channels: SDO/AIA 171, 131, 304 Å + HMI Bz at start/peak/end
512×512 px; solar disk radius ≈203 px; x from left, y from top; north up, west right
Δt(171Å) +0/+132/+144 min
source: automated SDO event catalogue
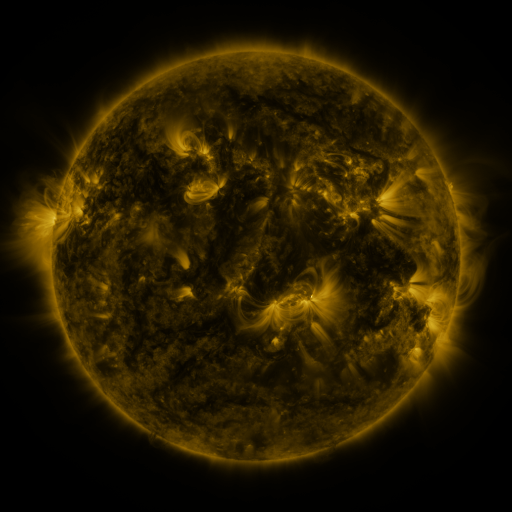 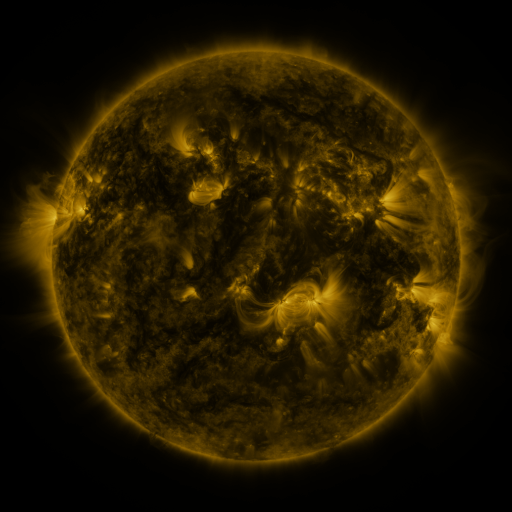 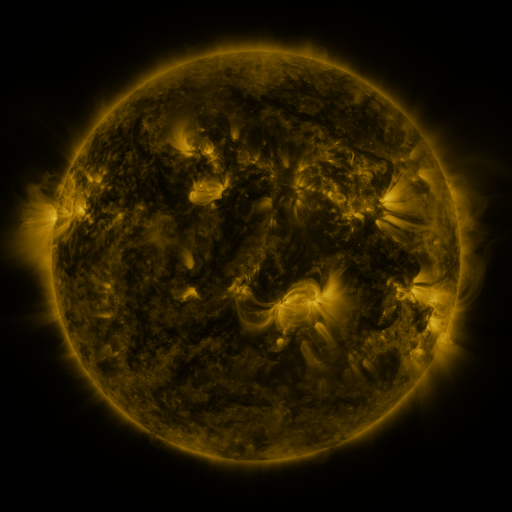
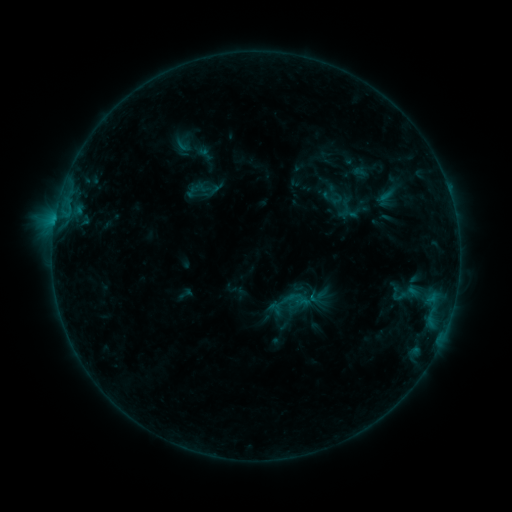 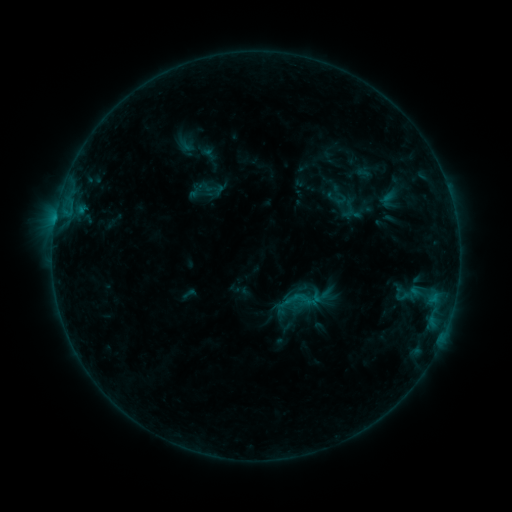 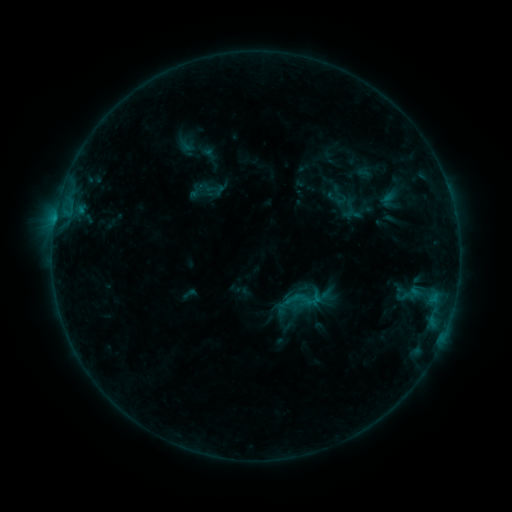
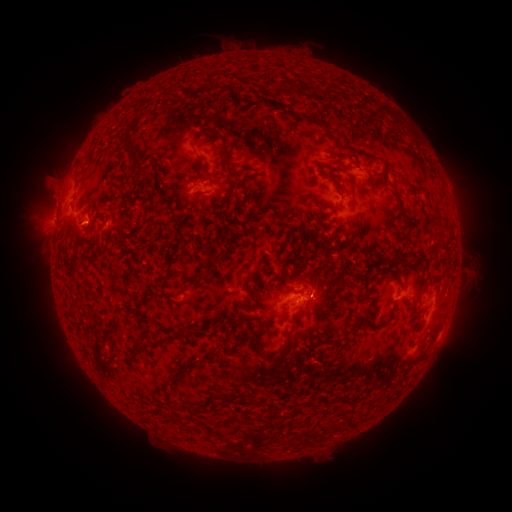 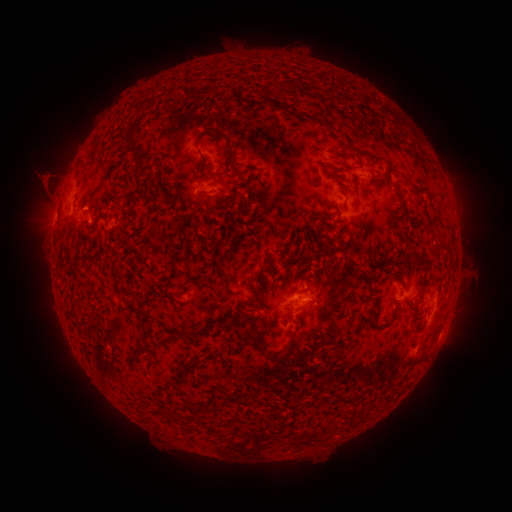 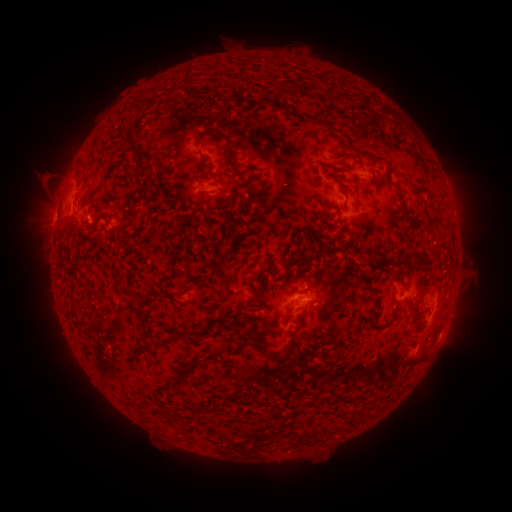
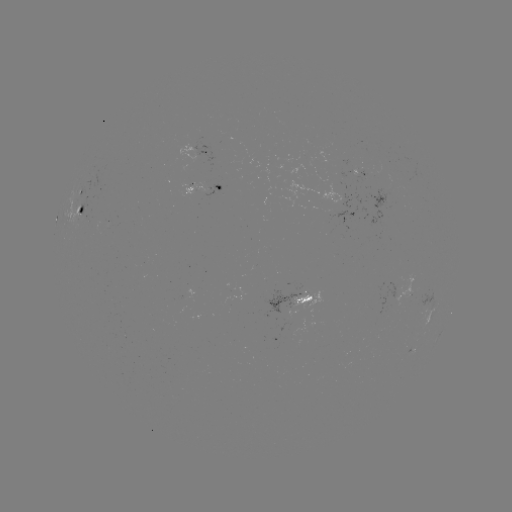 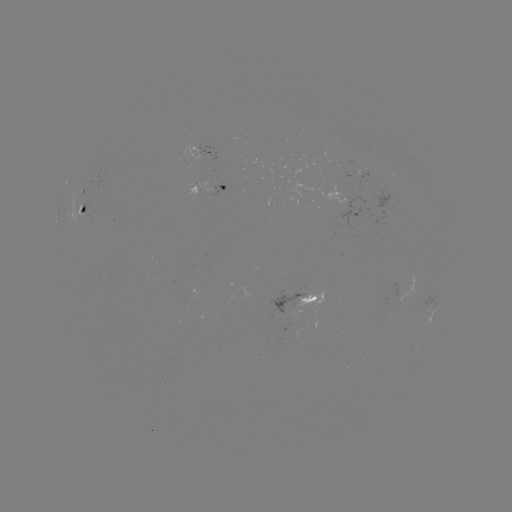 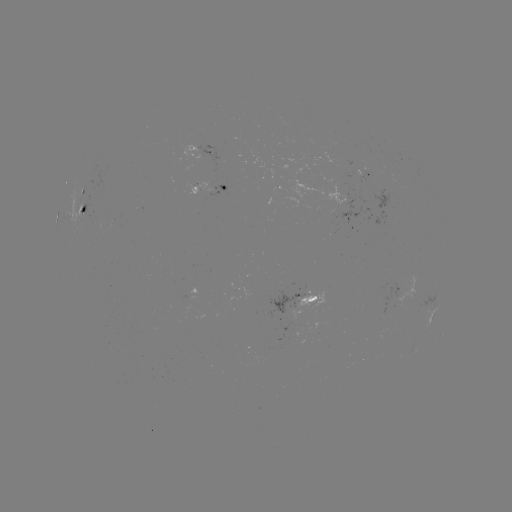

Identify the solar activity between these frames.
emerging-flux region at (305, 292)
